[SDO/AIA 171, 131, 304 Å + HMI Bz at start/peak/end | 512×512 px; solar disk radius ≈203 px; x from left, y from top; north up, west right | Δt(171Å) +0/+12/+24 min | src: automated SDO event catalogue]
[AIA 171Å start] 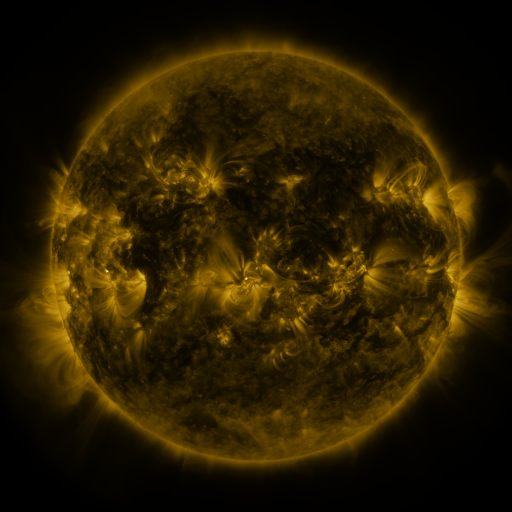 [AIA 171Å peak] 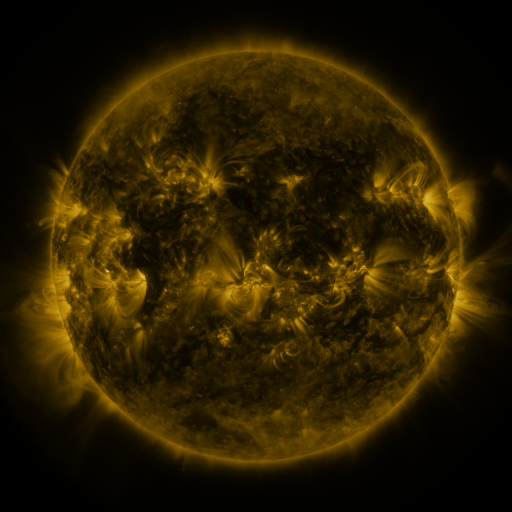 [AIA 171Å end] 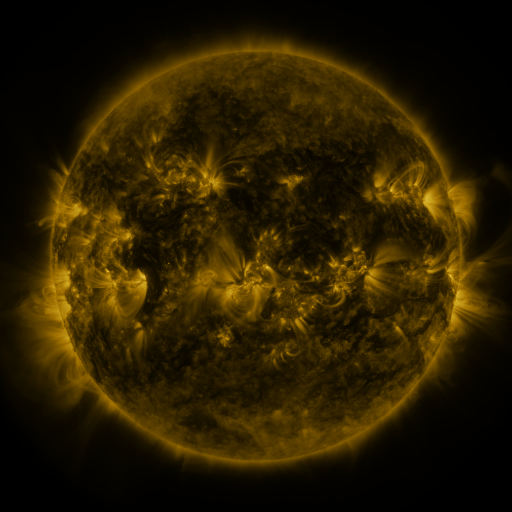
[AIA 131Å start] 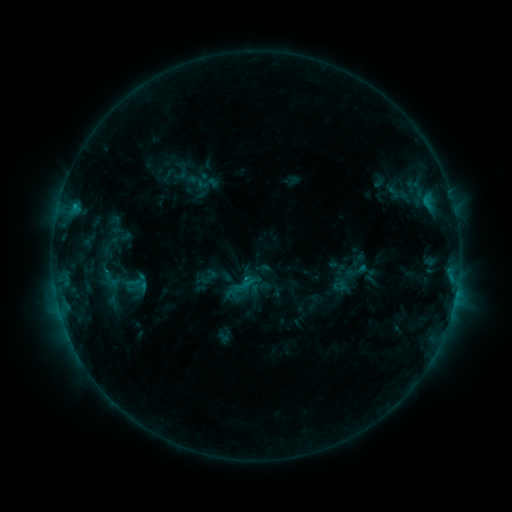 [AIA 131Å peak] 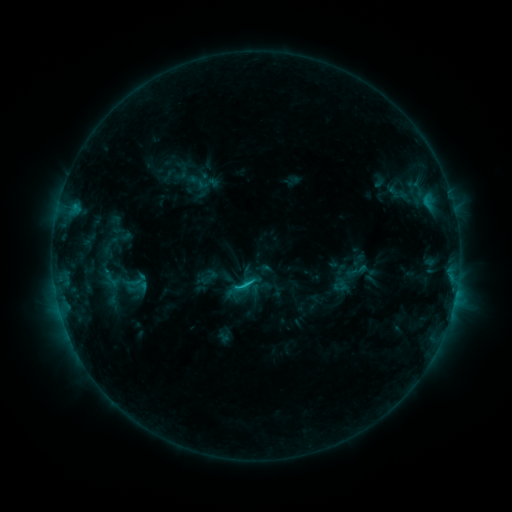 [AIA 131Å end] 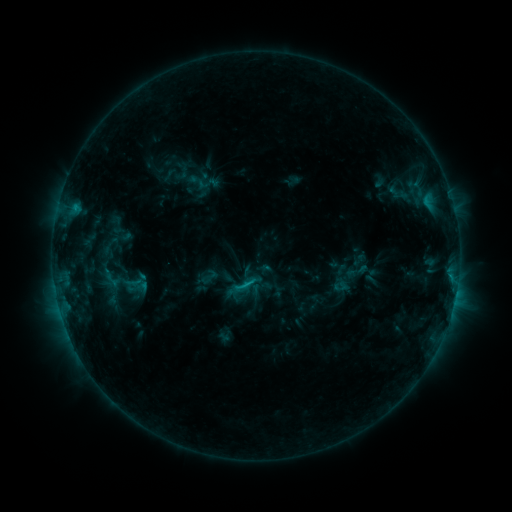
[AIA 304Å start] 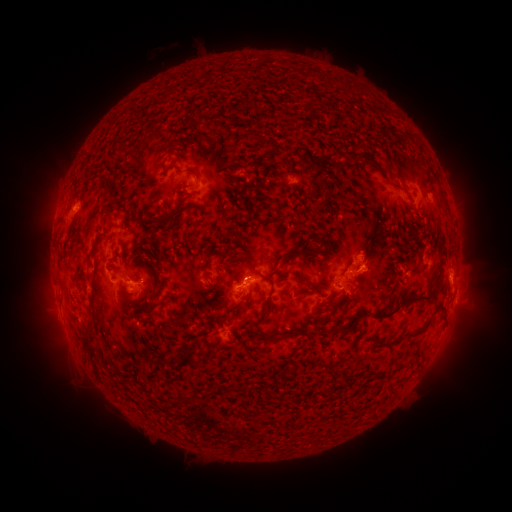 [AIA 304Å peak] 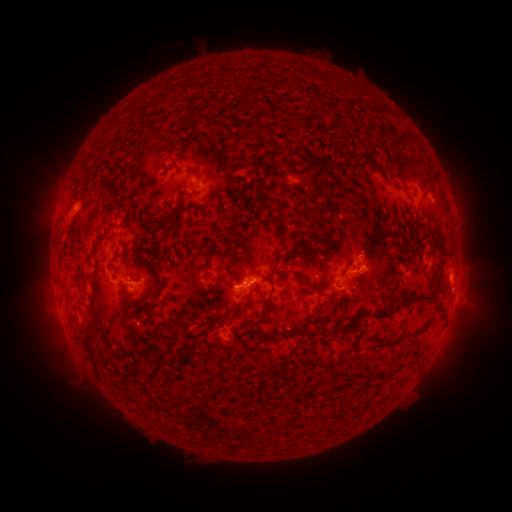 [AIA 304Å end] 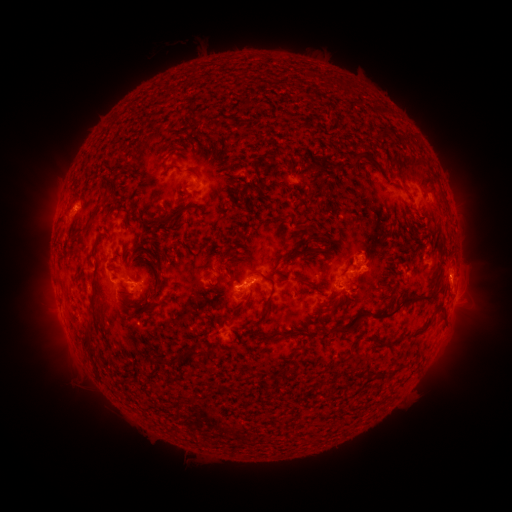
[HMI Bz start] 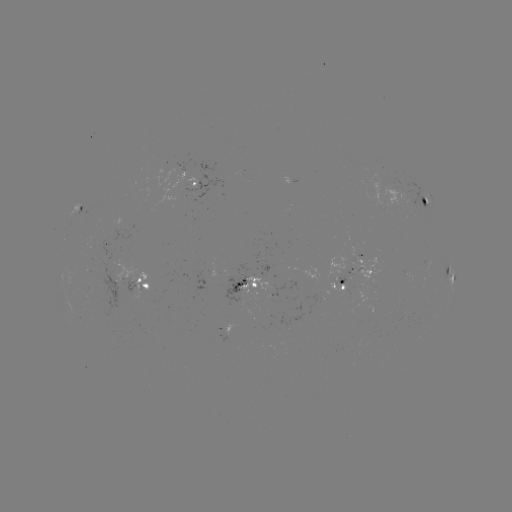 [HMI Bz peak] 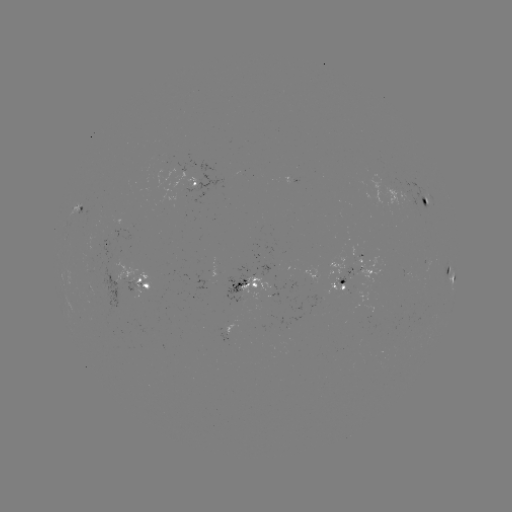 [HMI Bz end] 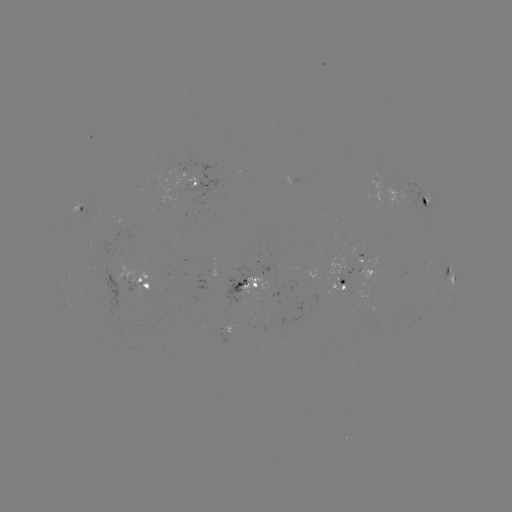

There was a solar flare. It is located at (249, 281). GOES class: C1.1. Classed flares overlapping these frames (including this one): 1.